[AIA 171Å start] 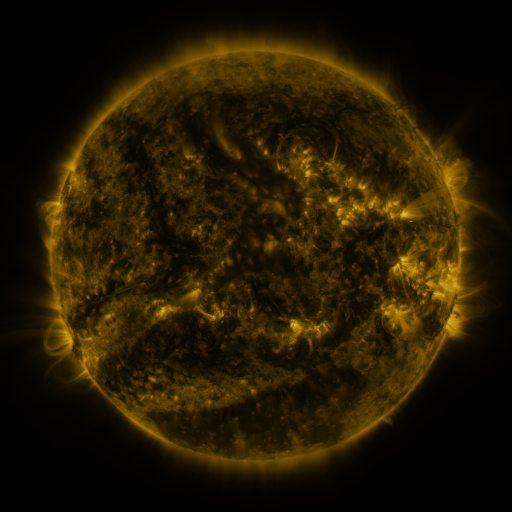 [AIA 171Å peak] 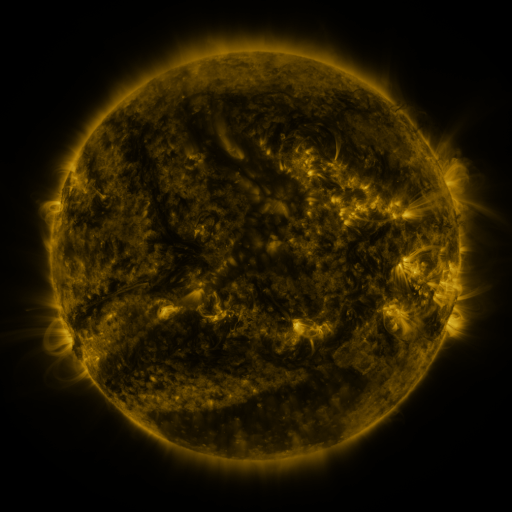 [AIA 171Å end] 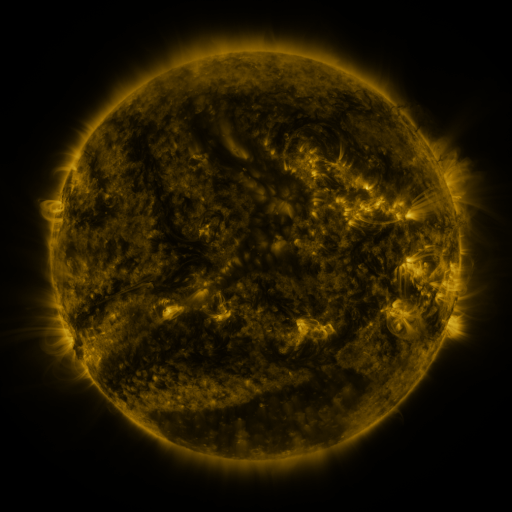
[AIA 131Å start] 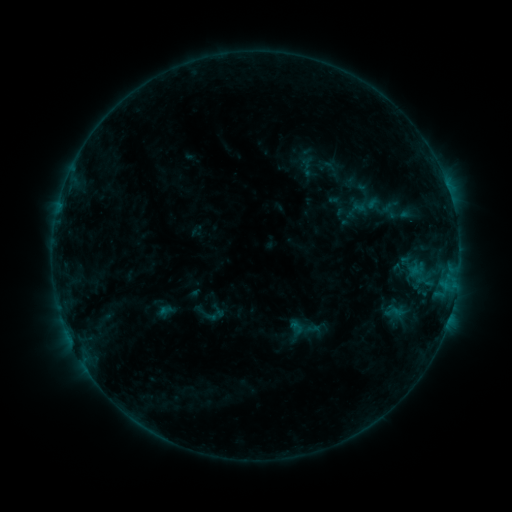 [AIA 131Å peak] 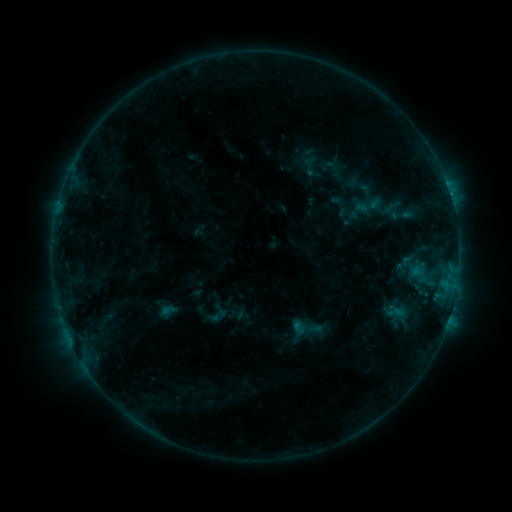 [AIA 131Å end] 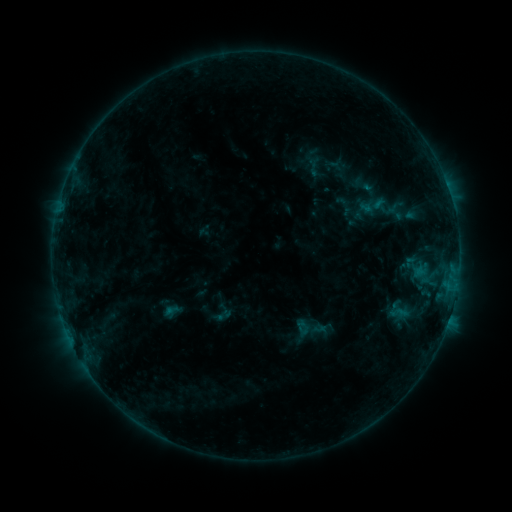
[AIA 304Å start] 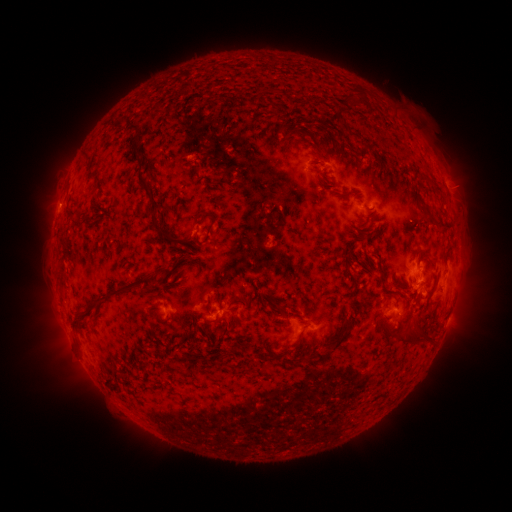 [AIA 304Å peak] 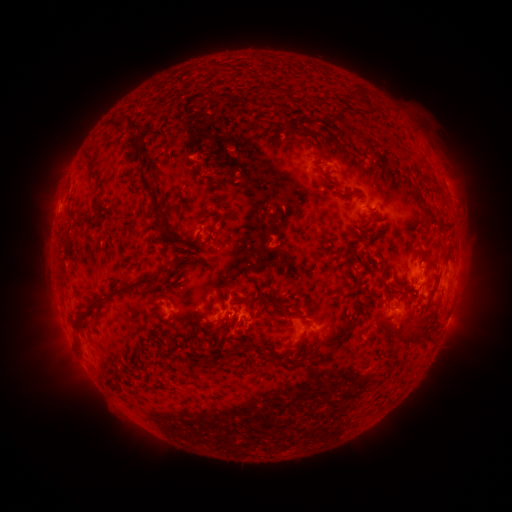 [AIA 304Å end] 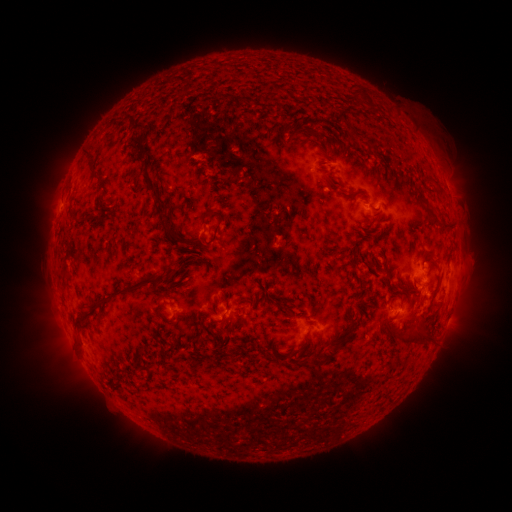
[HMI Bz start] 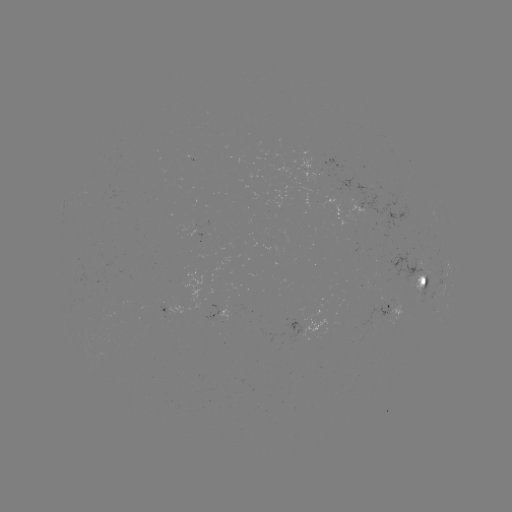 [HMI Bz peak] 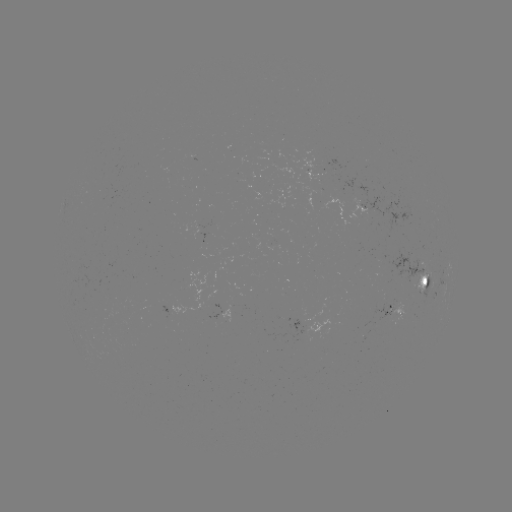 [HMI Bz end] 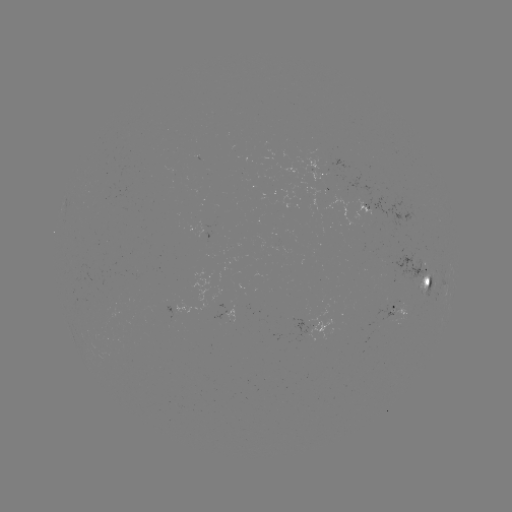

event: flare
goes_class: B6.8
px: (294, 324)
